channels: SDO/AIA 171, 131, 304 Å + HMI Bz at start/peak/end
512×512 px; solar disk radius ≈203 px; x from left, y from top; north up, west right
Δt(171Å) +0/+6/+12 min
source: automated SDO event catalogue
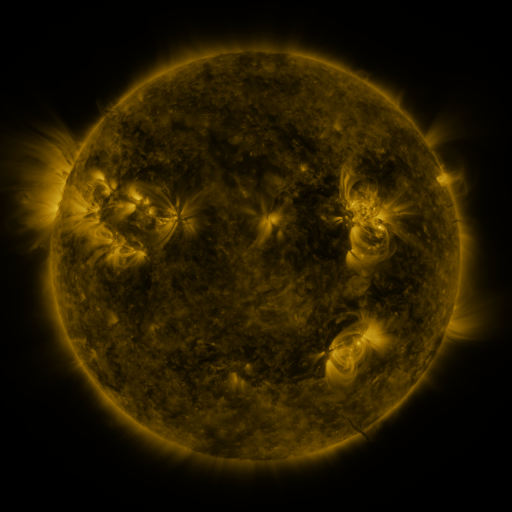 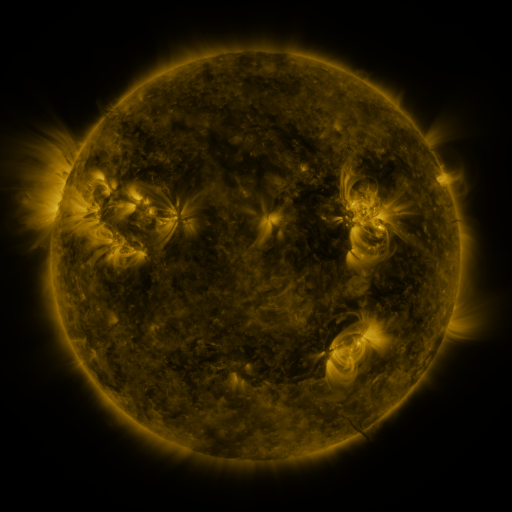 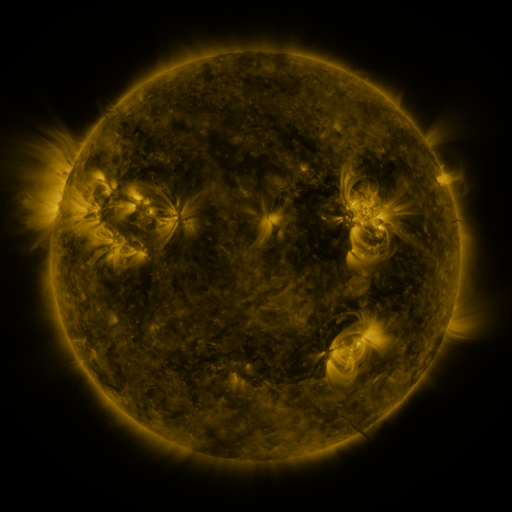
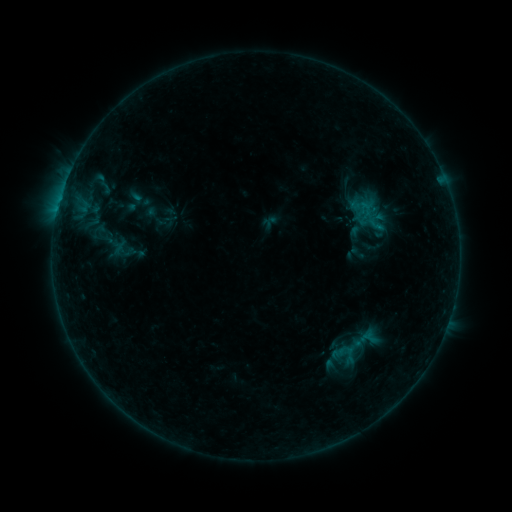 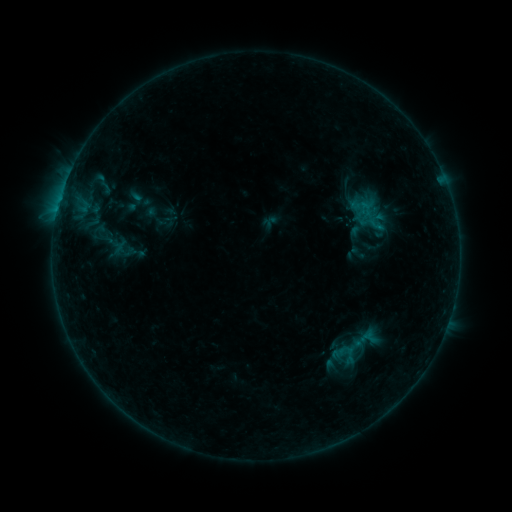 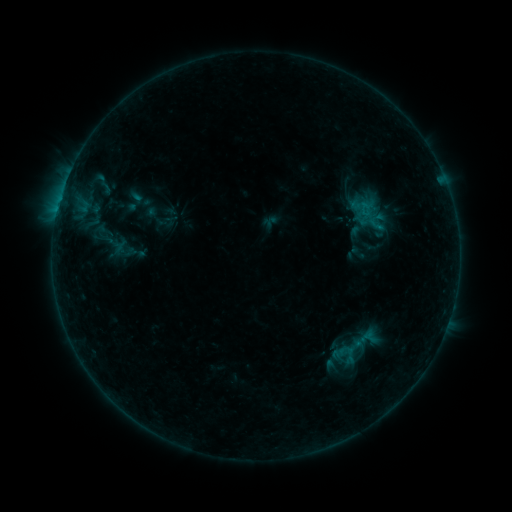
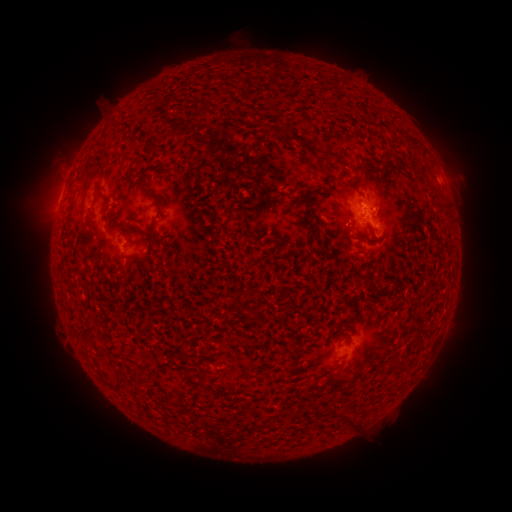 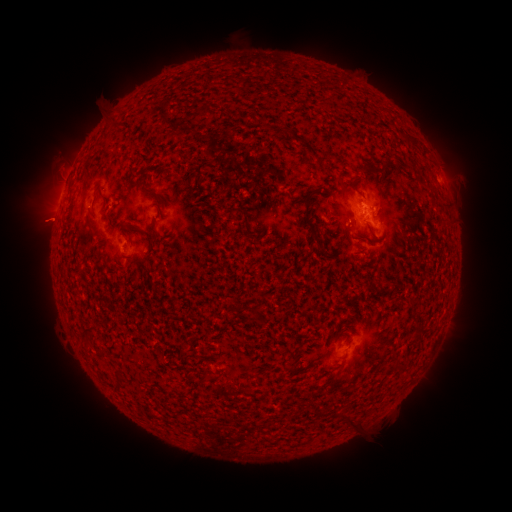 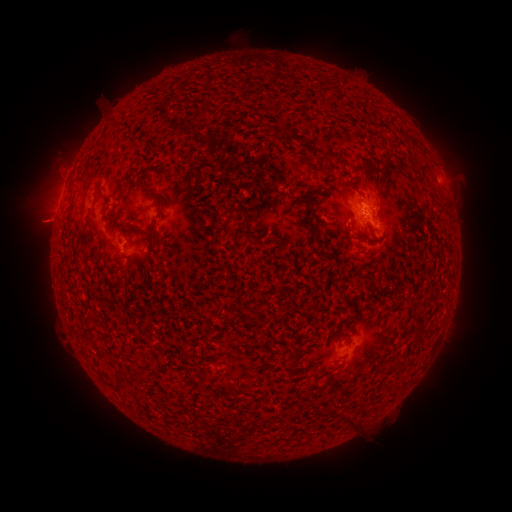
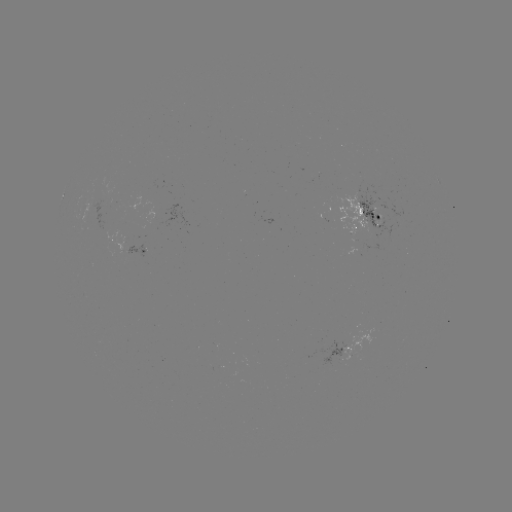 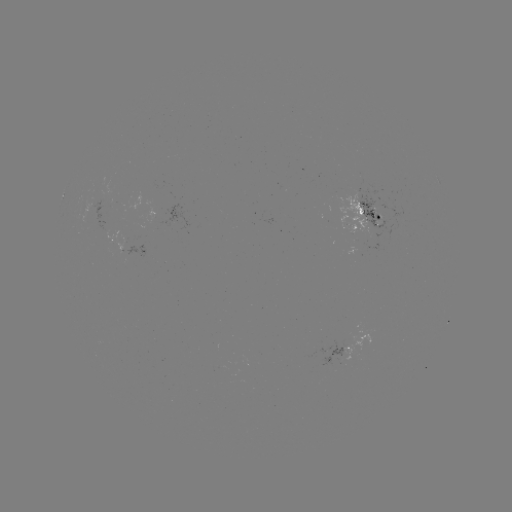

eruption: (11, 190, 77, 250)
